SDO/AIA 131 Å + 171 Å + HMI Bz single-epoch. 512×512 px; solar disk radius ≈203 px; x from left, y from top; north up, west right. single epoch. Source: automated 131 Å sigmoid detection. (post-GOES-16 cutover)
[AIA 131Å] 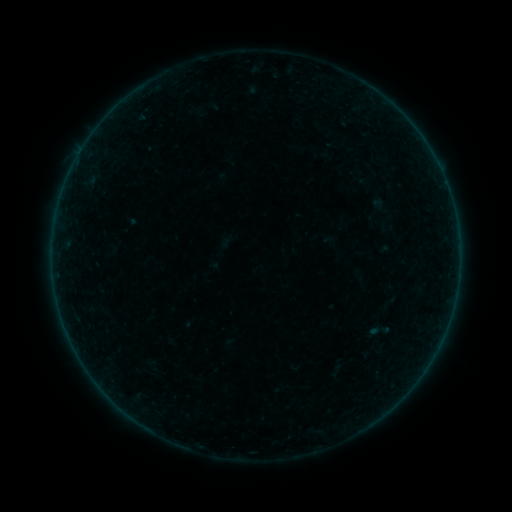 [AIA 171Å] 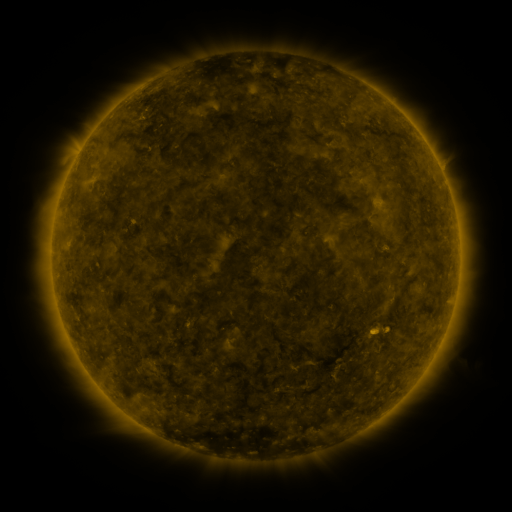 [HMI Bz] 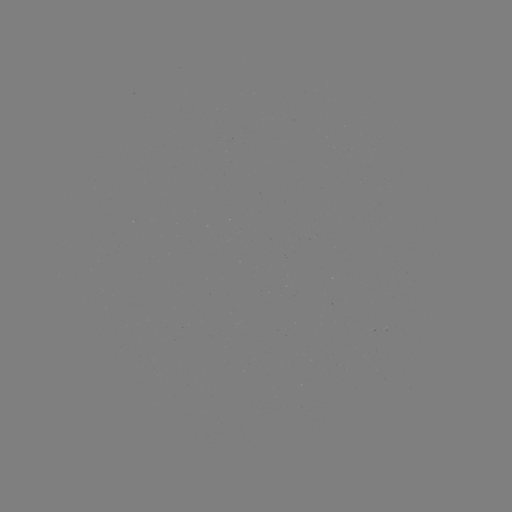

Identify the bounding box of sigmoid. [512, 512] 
[367, 318, 390, 343].